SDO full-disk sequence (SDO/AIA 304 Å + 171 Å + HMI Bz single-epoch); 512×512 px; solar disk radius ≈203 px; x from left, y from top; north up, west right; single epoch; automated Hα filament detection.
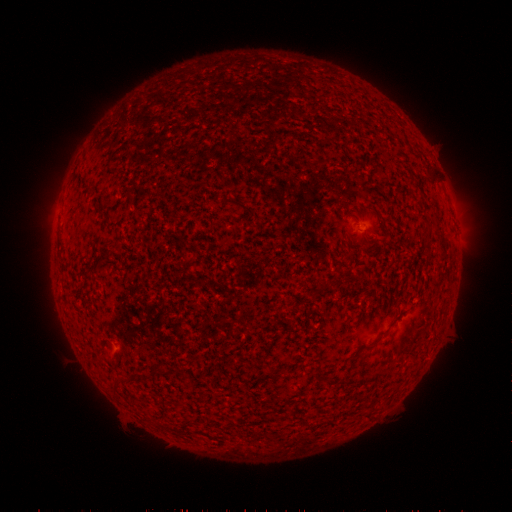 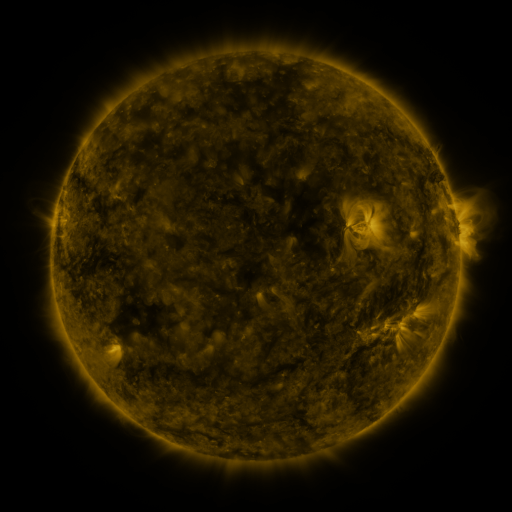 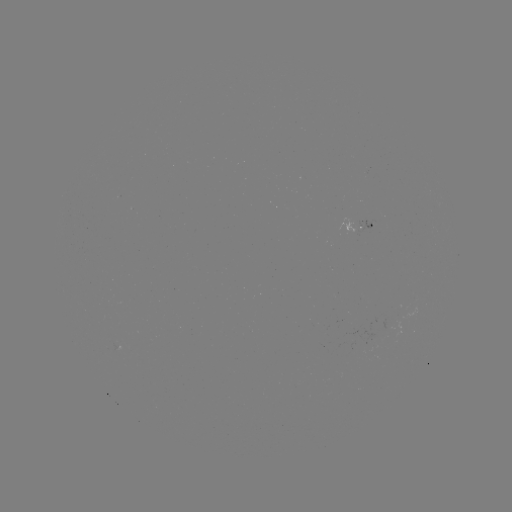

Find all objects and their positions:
filament: <bbox>422, 243, 430, 252</bbox>
filament: <bbox>366, 332, 388, 350</bbox>
filament: <bbox>153, 365, 166, 375</bbox>
